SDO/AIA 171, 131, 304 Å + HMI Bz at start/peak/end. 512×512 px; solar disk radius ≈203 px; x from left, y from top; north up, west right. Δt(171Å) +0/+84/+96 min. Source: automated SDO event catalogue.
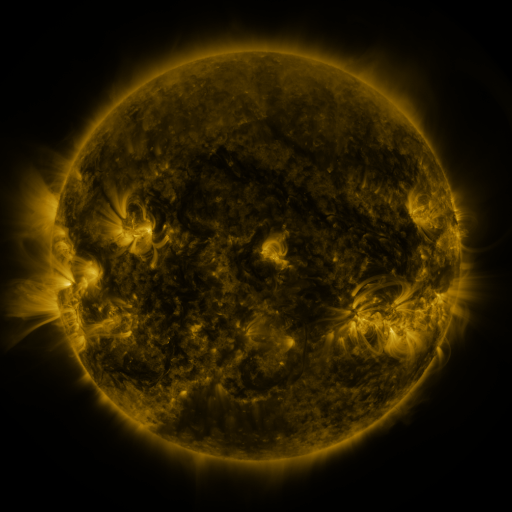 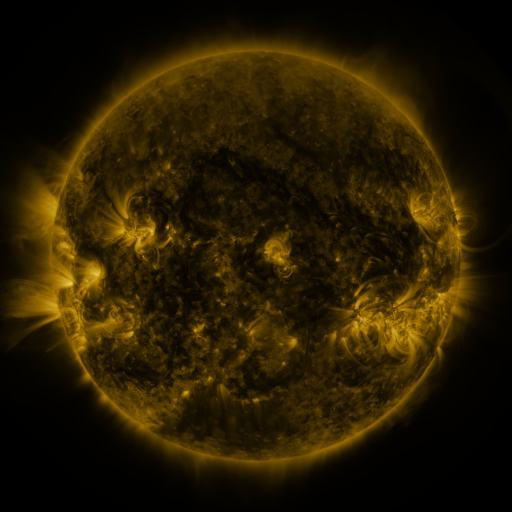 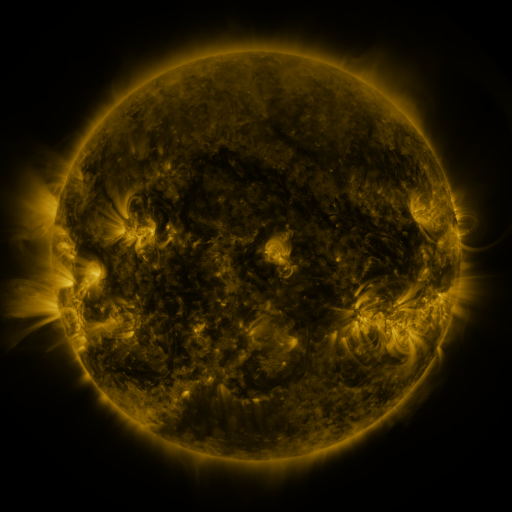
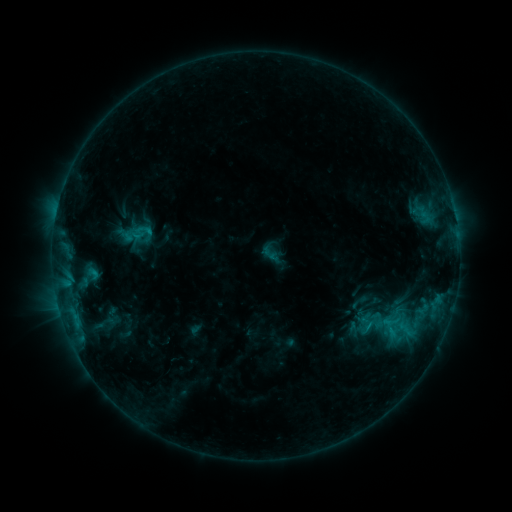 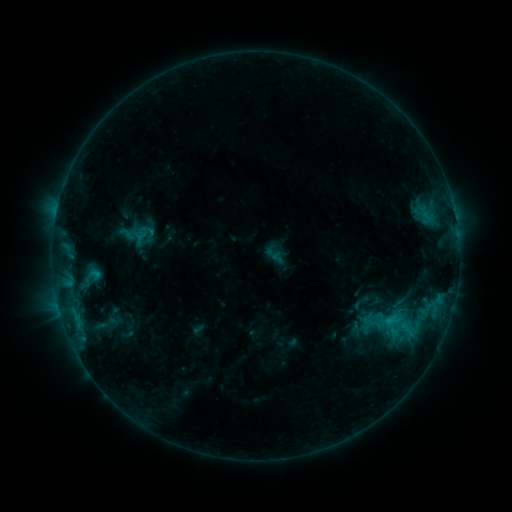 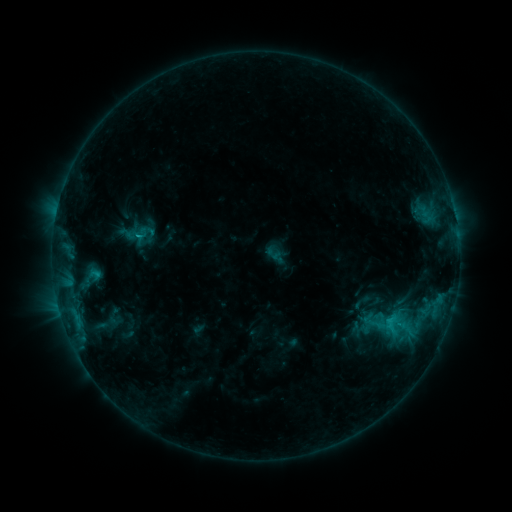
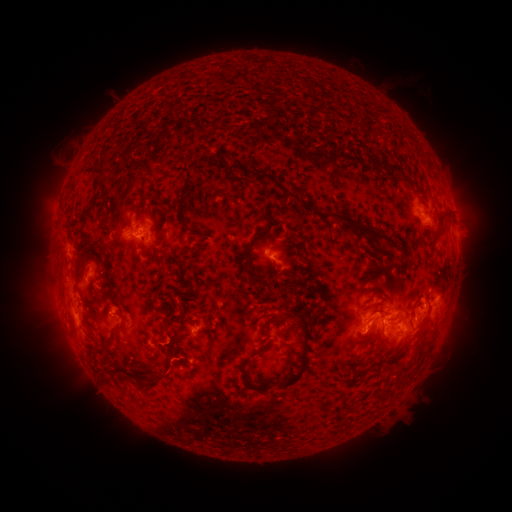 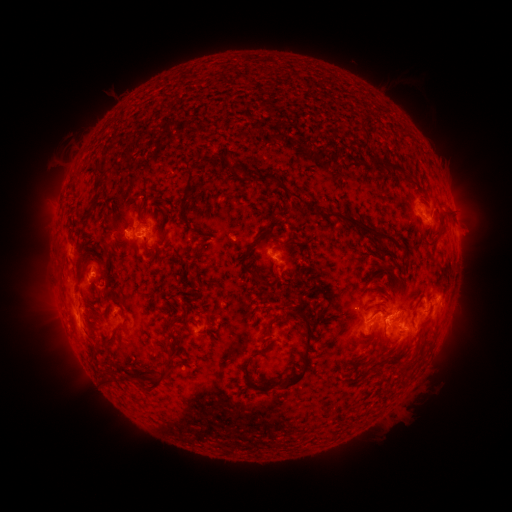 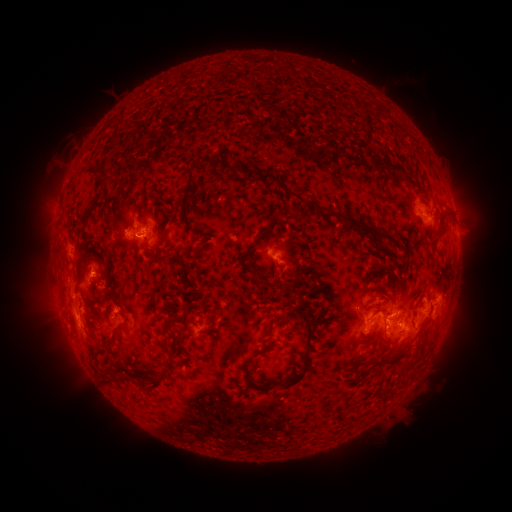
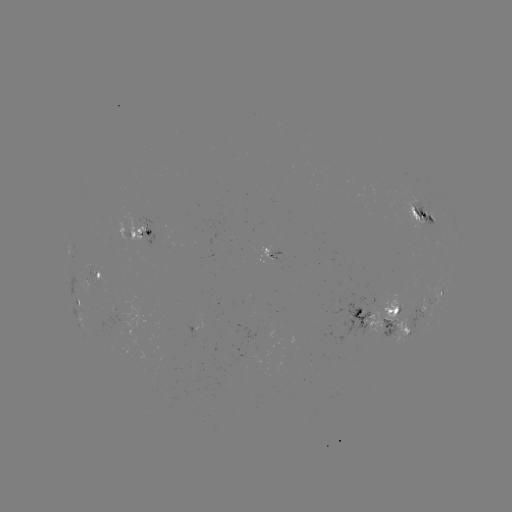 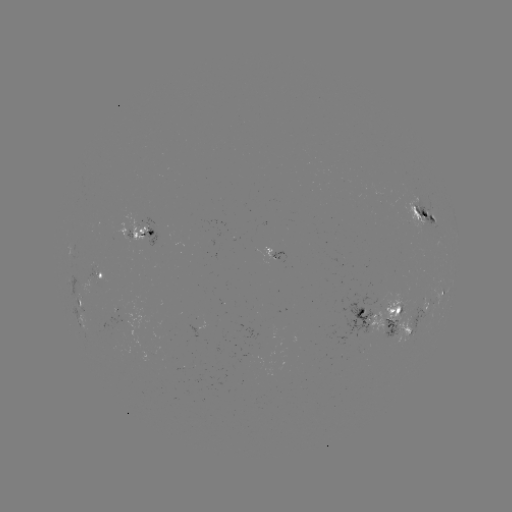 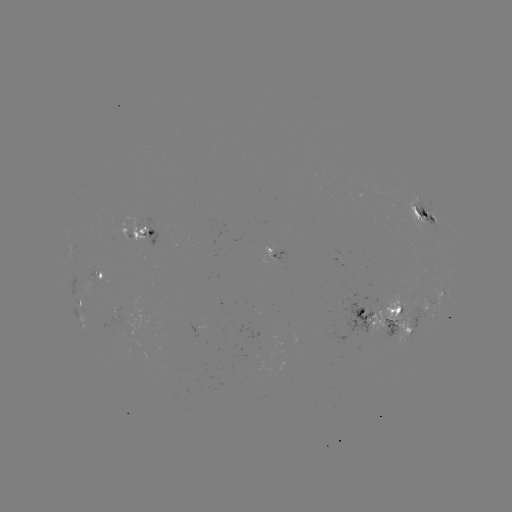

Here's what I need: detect emerging-flux region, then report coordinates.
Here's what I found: emerging-flux region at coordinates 365,325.